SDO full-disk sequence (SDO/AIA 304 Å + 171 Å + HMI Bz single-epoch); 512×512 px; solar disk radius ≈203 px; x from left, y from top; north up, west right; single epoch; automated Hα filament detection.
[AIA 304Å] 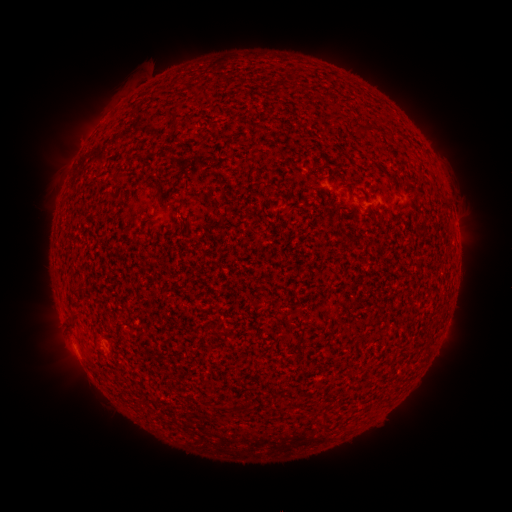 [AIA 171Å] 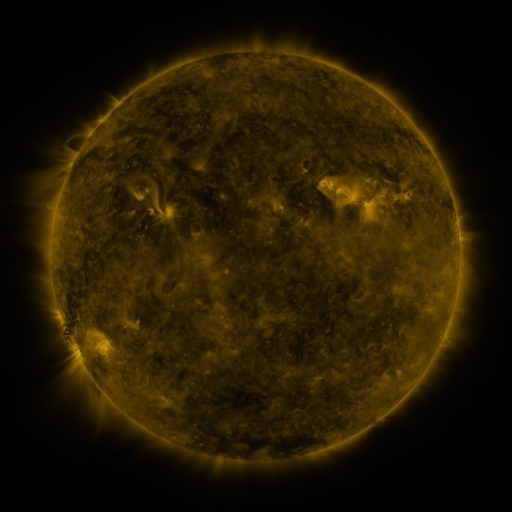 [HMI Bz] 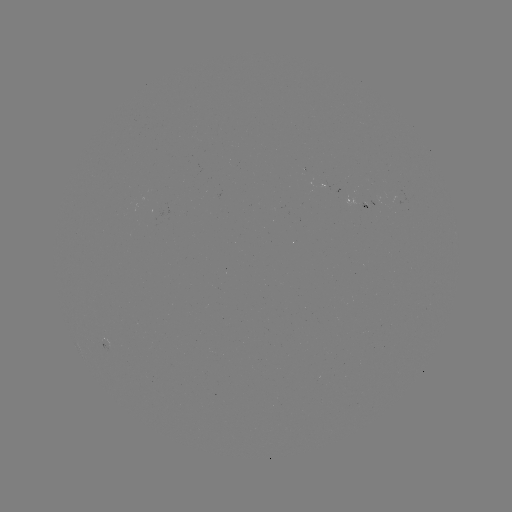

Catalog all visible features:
filament: (176, 118)
filament: (366, 130)
filament: (118, 177)
filament: (181, 204)
filament: (298, 342)
